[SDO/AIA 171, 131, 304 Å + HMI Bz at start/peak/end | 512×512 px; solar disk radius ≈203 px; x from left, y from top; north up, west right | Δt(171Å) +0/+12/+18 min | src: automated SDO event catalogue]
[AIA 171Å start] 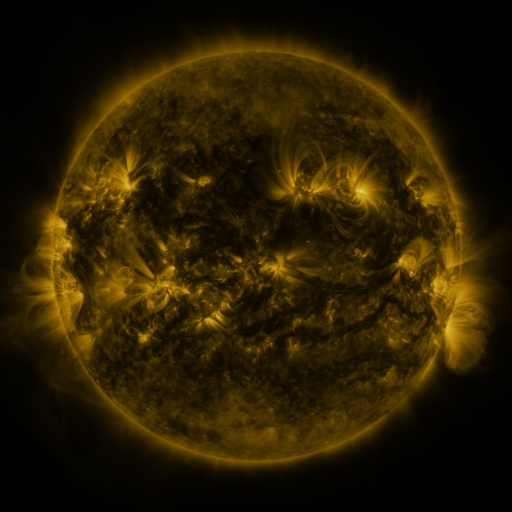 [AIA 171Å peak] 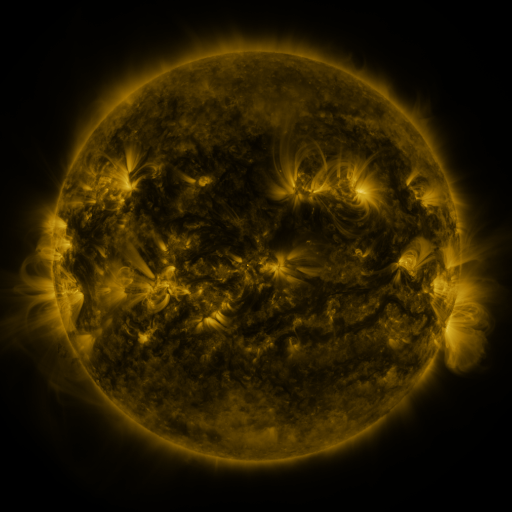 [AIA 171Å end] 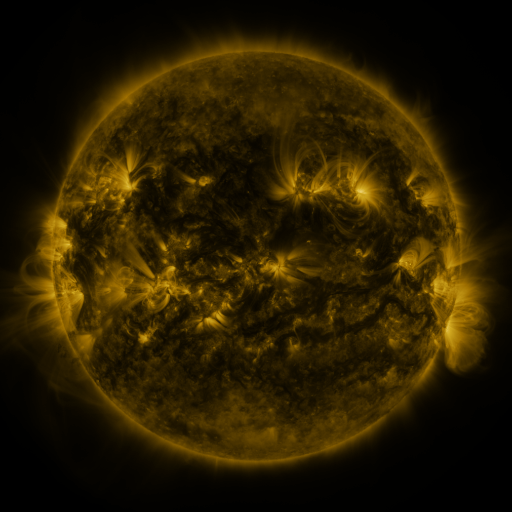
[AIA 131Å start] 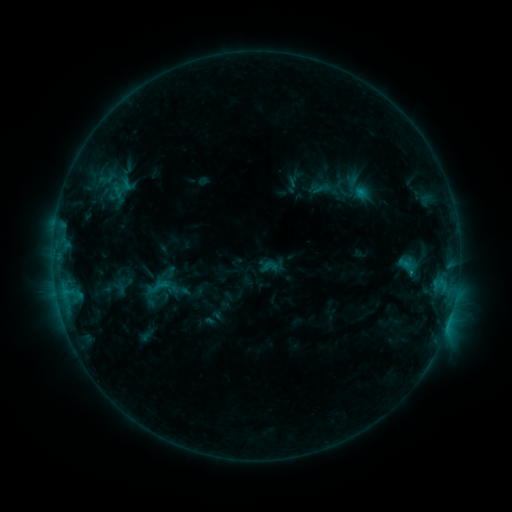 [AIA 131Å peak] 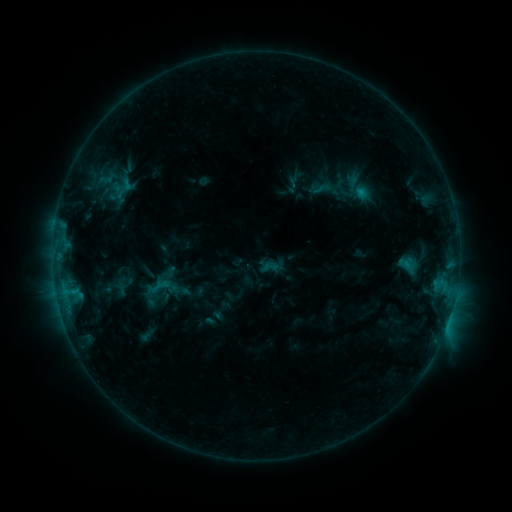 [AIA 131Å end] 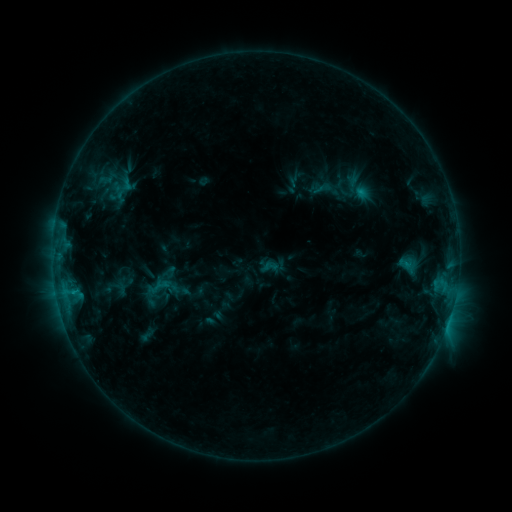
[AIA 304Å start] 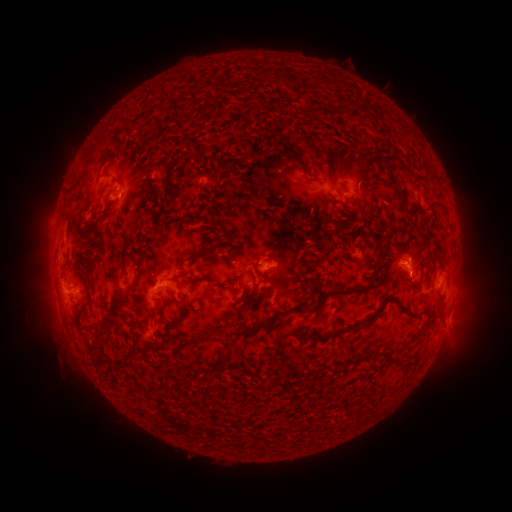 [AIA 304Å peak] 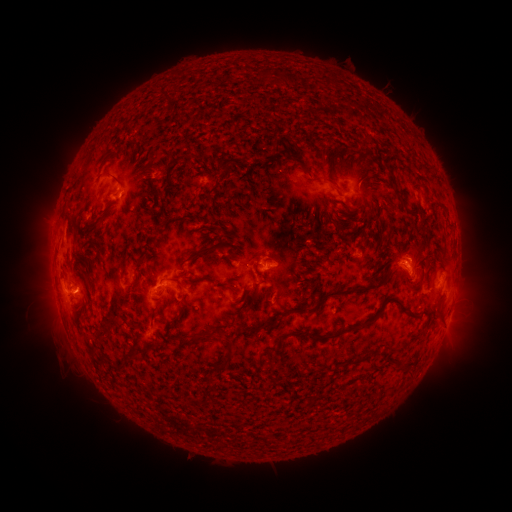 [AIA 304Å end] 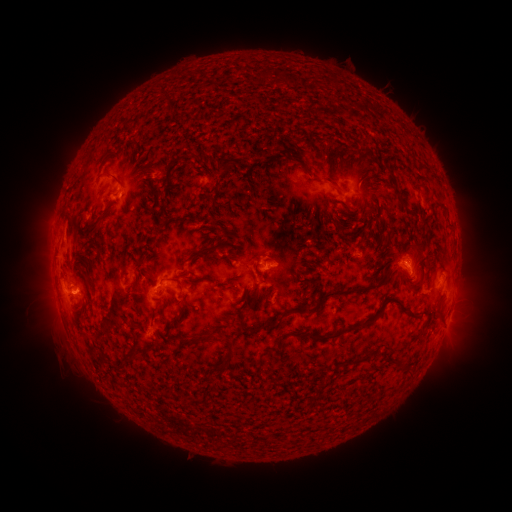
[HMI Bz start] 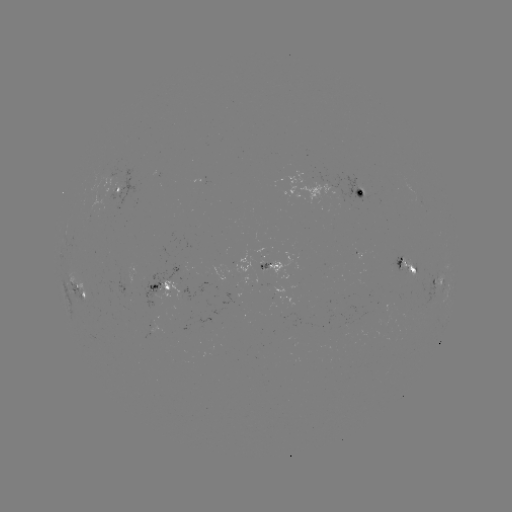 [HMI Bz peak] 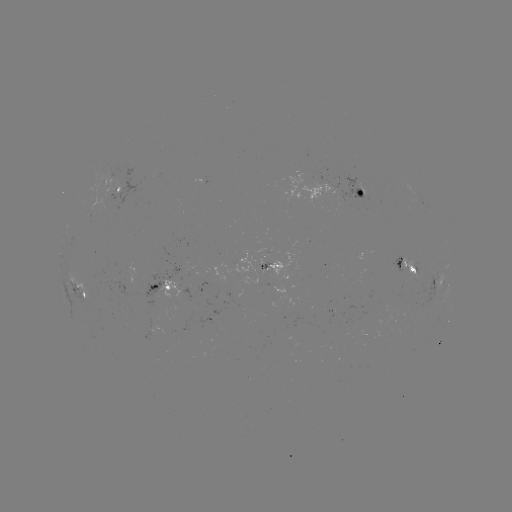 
no flare in any classed list; no EUV-trigger detection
